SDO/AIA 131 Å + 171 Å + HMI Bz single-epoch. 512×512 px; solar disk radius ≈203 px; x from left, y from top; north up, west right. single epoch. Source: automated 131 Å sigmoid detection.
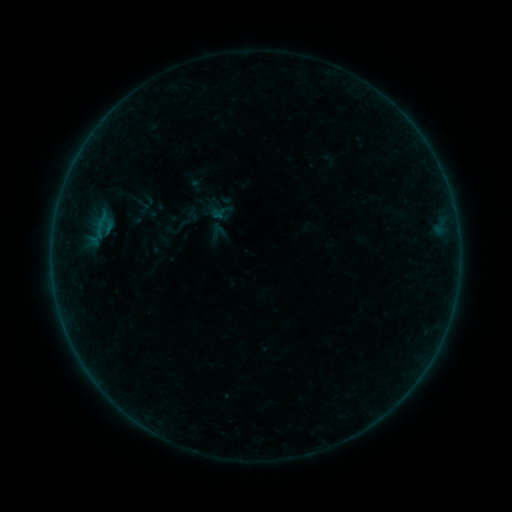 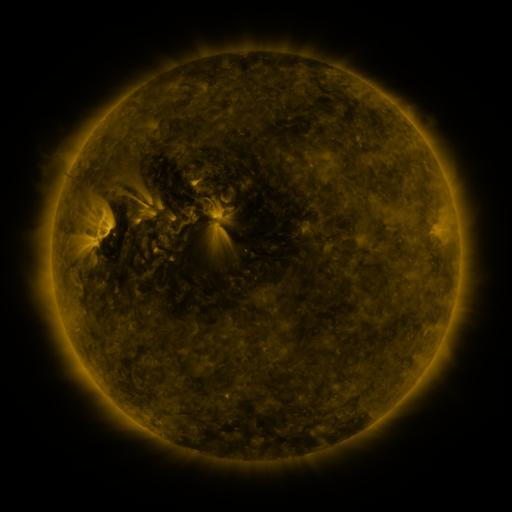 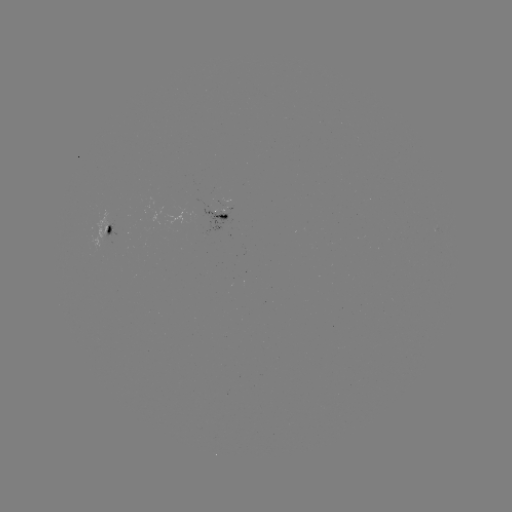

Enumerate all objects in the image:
sigmoid: <bbox>207, 198, 234, 225</bbox>
